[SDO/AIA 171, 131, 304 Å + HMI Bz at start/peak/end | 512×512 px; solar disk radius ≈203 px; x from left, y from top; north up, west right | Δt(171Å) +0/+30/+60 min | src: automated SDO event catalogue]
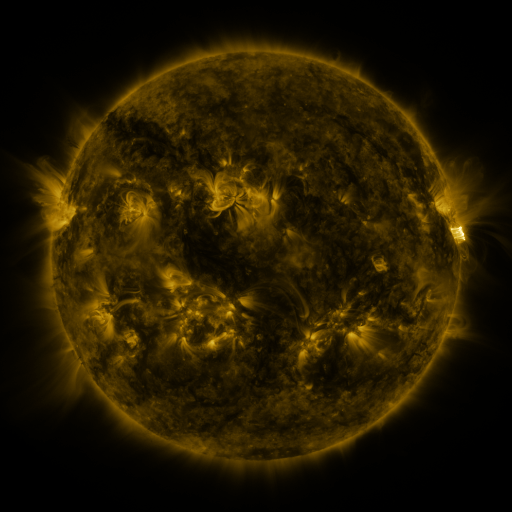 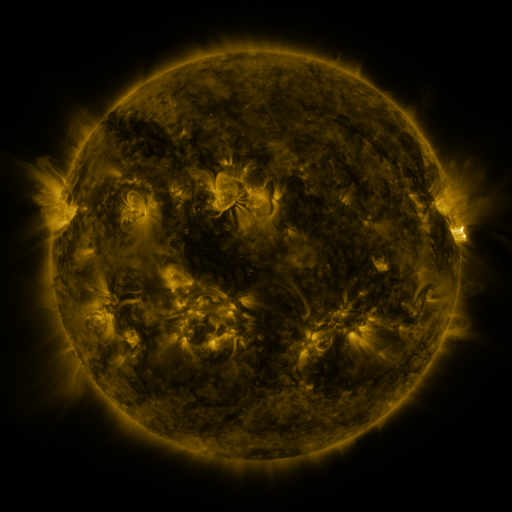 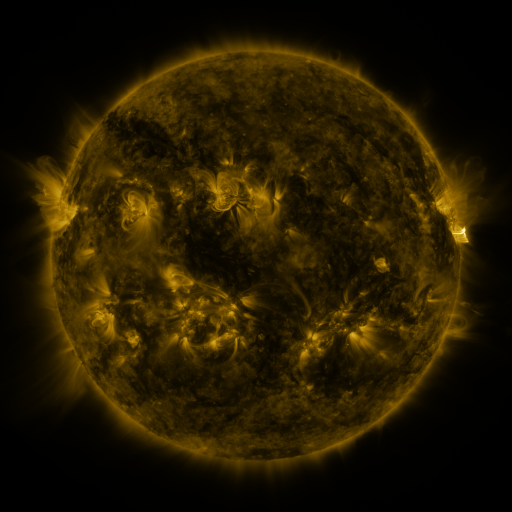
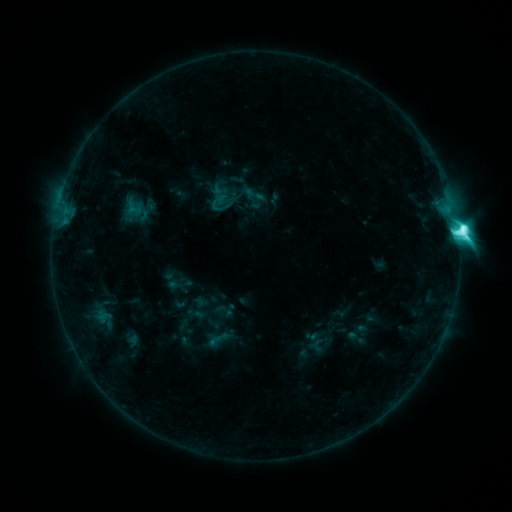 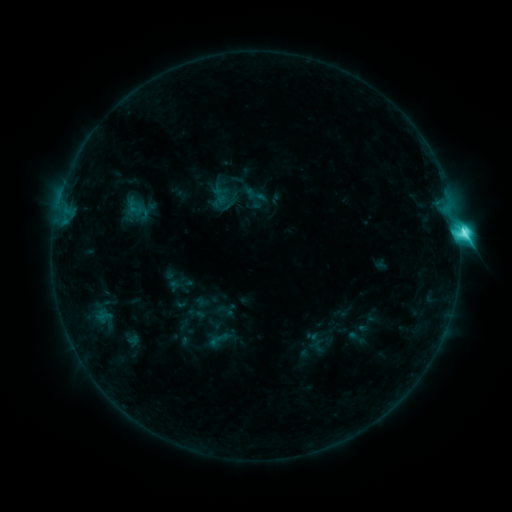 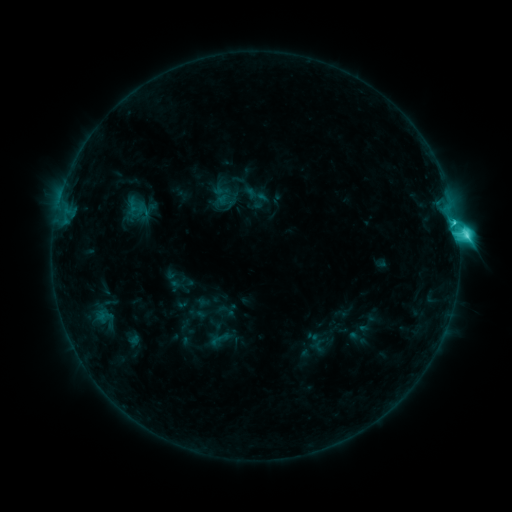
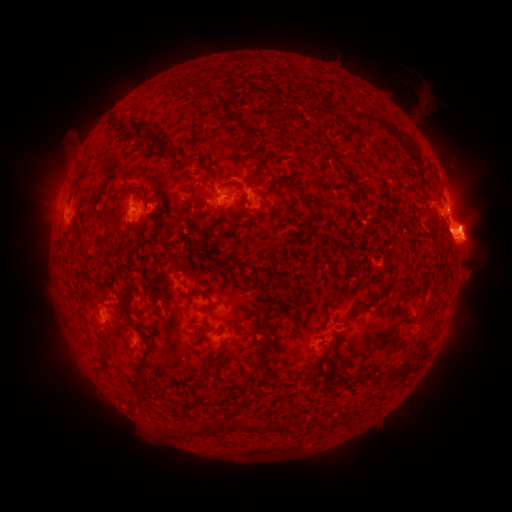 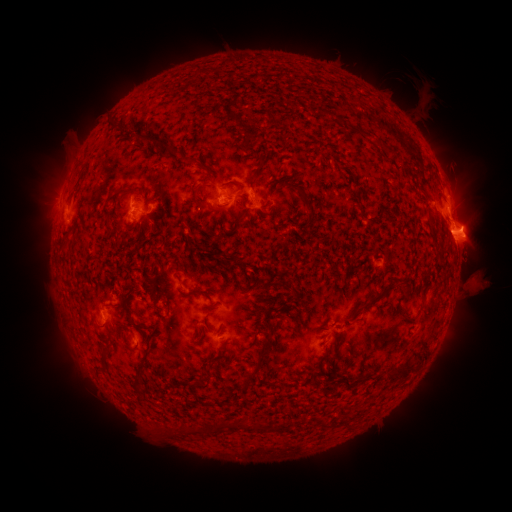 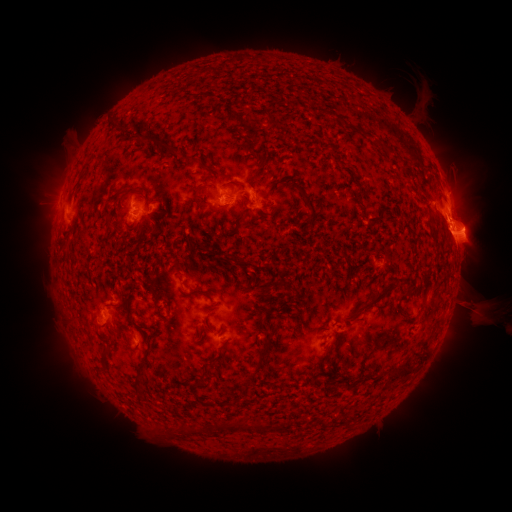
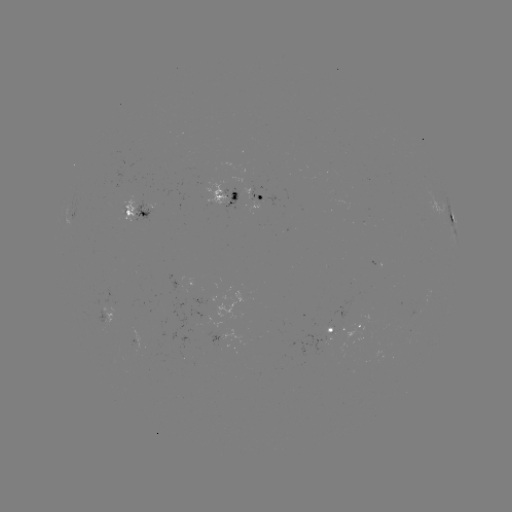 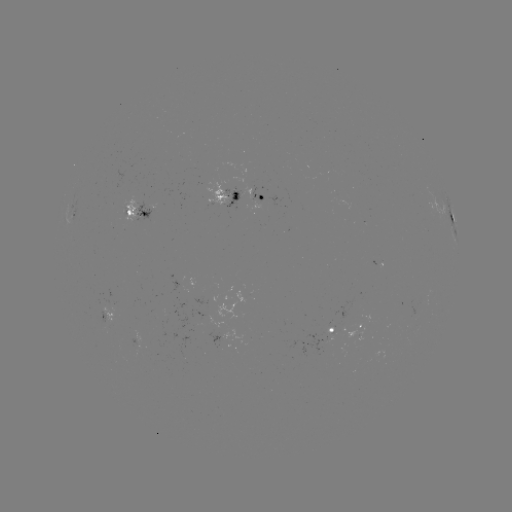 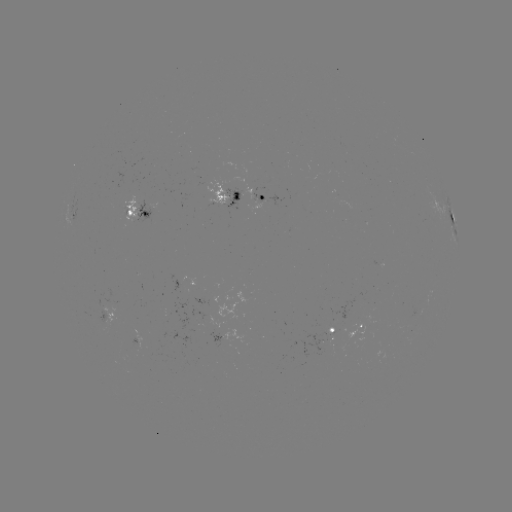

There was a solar eruption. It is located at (478, 285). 